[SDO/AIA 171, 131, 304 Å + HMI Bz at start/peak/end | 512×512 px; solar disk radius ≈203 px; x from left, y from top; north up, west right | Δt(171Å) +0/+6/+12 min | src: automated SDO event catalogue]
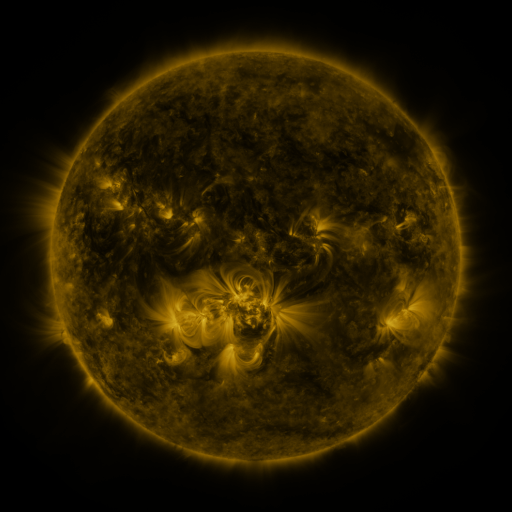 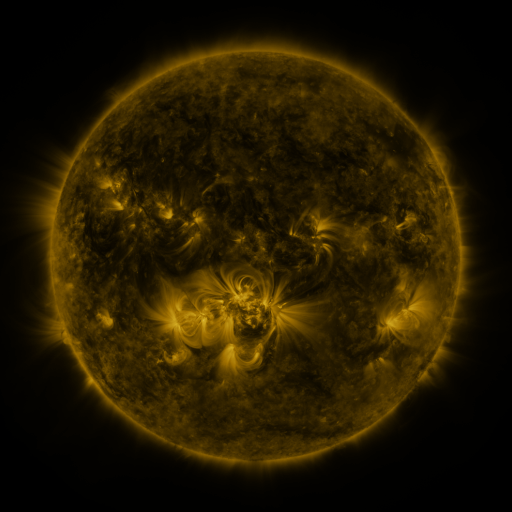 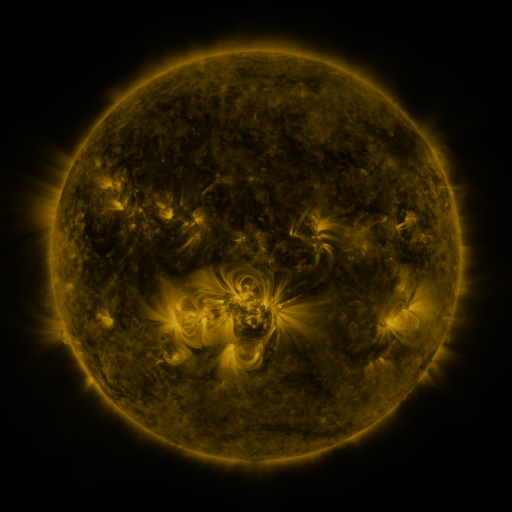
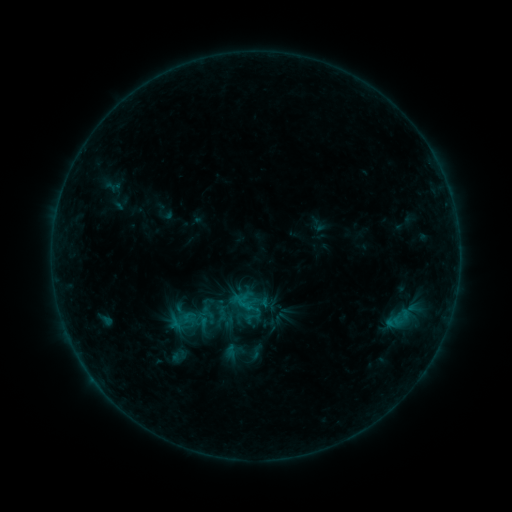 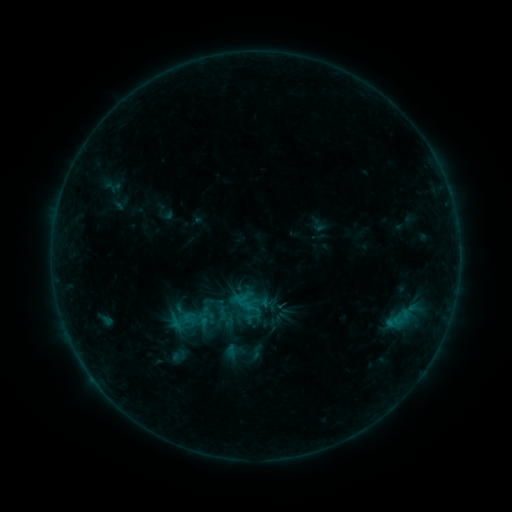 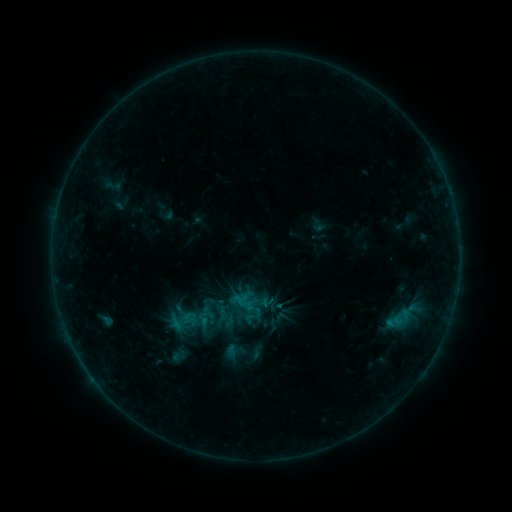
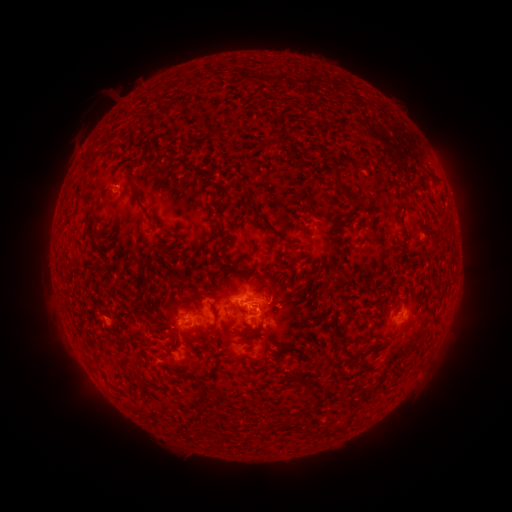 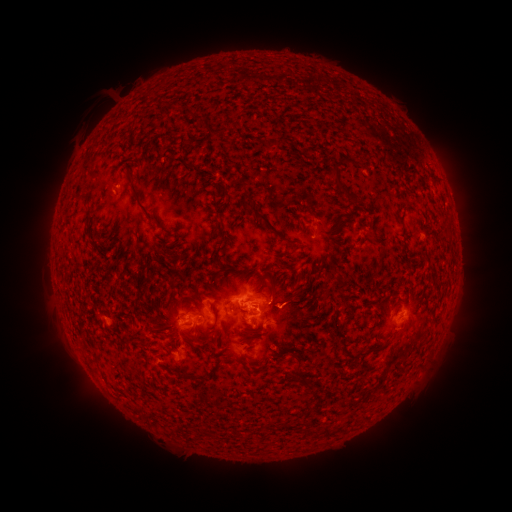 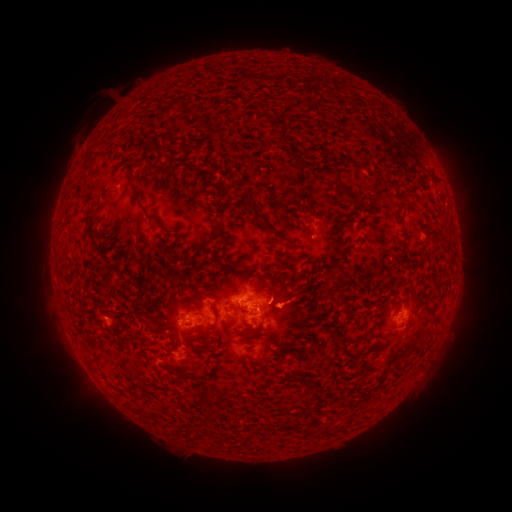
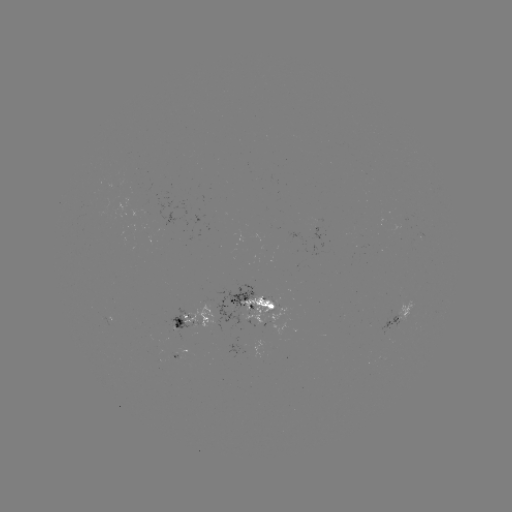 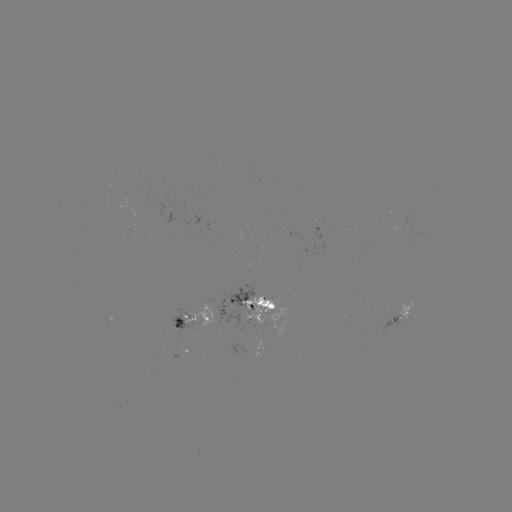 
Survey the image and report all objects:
B8.9 flare: (277, 303)
